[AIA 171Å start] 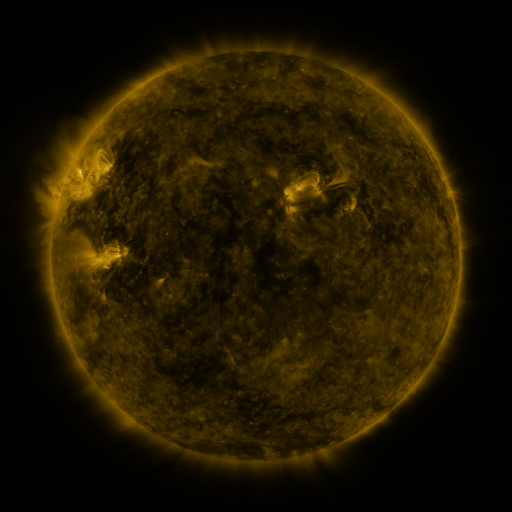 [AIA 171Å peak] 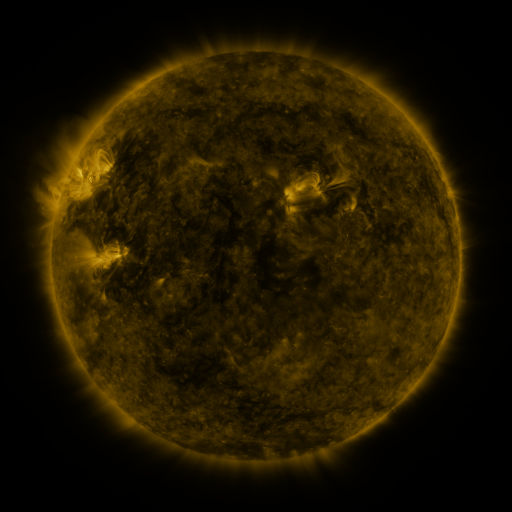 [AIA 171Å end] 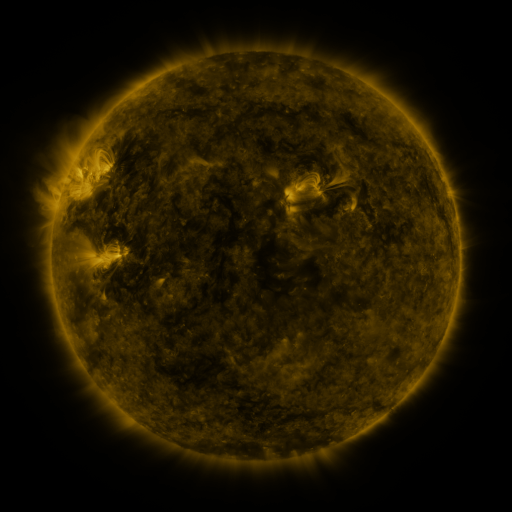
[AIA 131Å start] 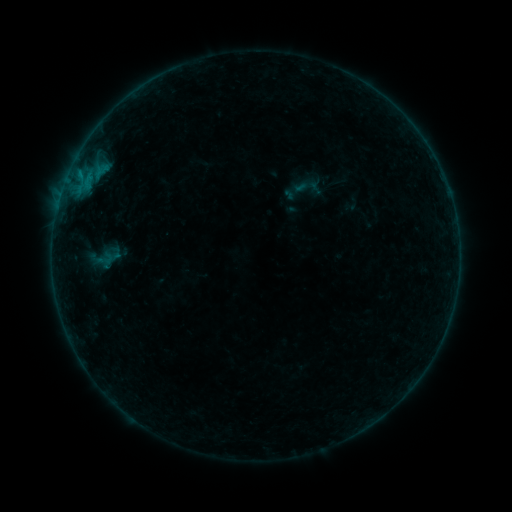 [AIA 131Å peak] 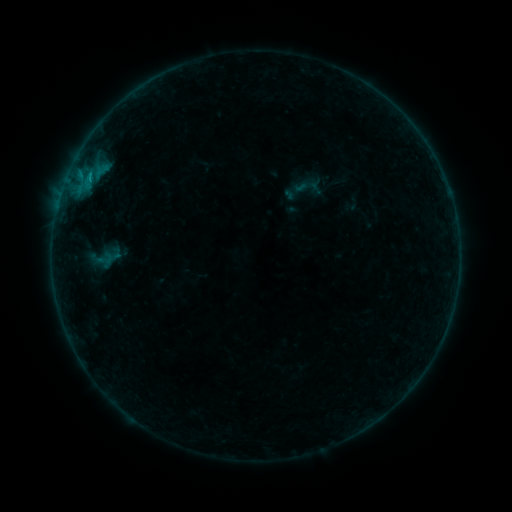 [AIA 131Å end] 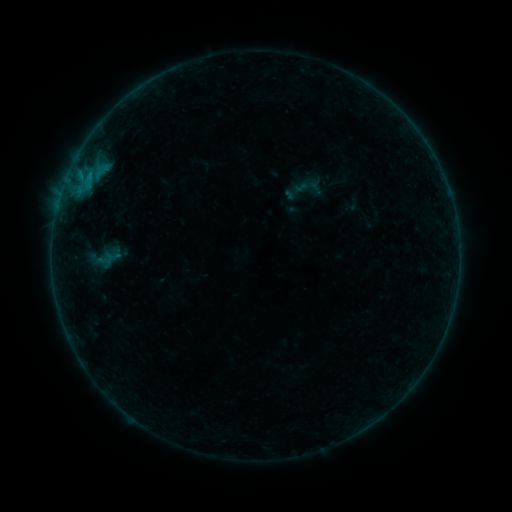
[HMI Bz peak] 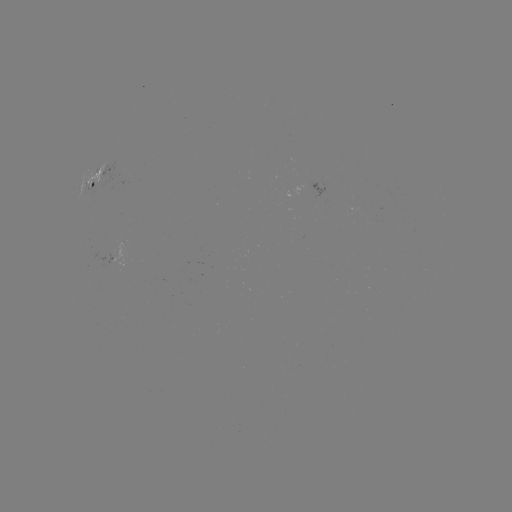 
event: flare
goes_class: B2.9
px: (90, 175)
